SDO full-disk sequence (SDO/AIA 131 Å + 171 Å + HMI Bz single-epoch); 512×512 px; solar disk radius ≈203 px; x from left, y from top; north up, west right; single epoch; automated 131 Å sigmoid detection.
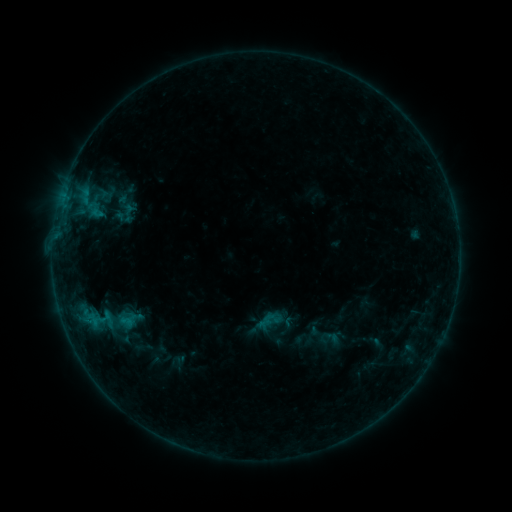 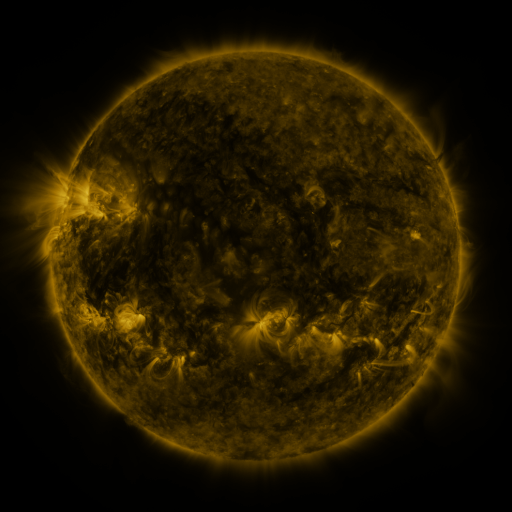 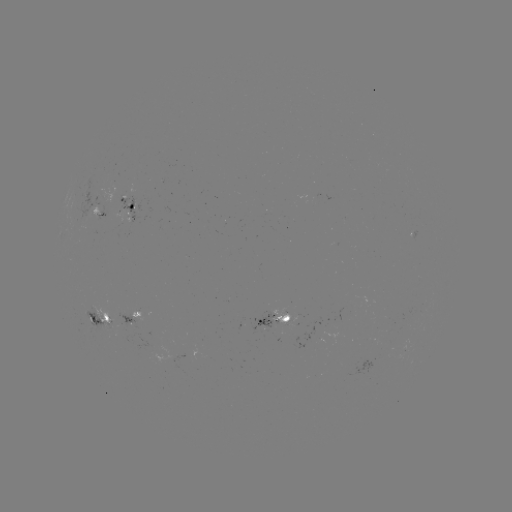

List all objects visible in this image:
sigmoid: (125, 218)
sigmoid: (107, 319)
